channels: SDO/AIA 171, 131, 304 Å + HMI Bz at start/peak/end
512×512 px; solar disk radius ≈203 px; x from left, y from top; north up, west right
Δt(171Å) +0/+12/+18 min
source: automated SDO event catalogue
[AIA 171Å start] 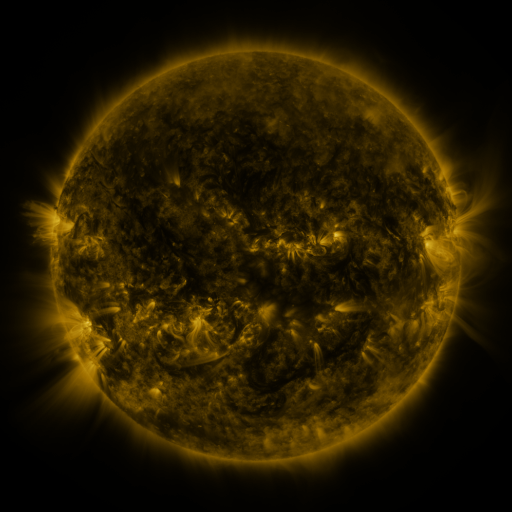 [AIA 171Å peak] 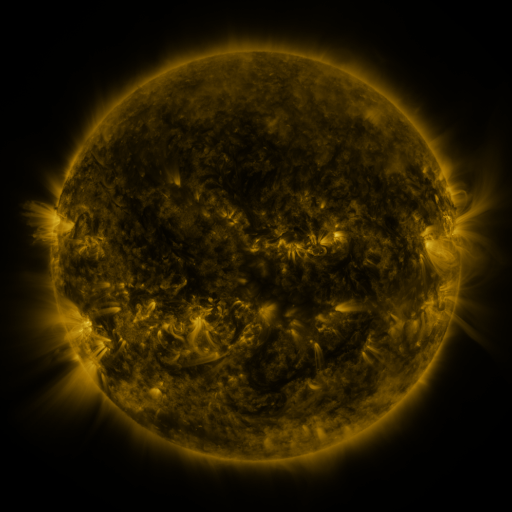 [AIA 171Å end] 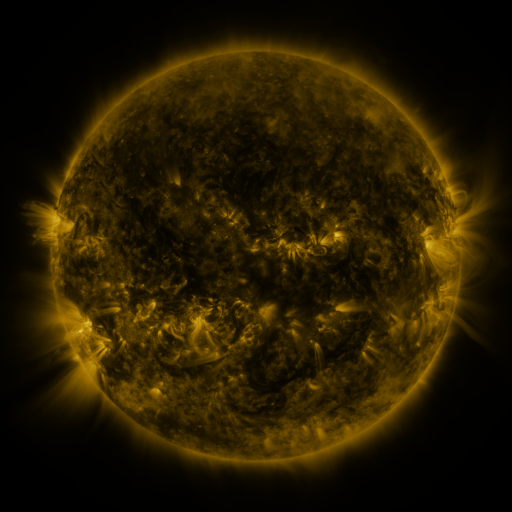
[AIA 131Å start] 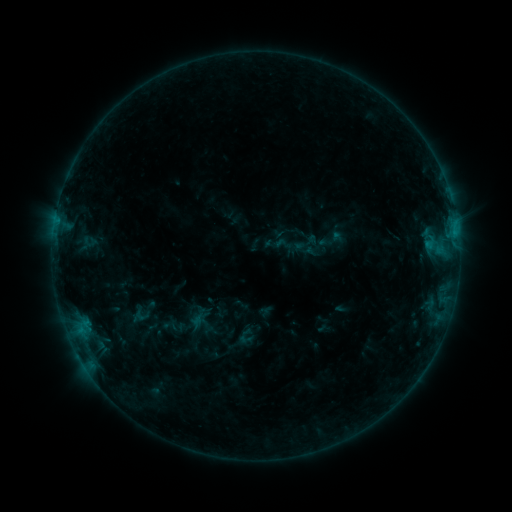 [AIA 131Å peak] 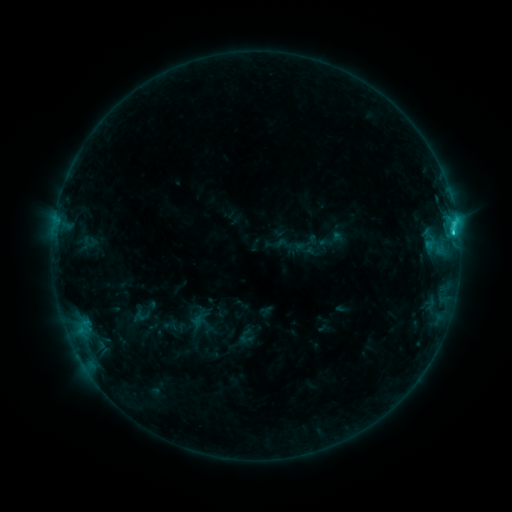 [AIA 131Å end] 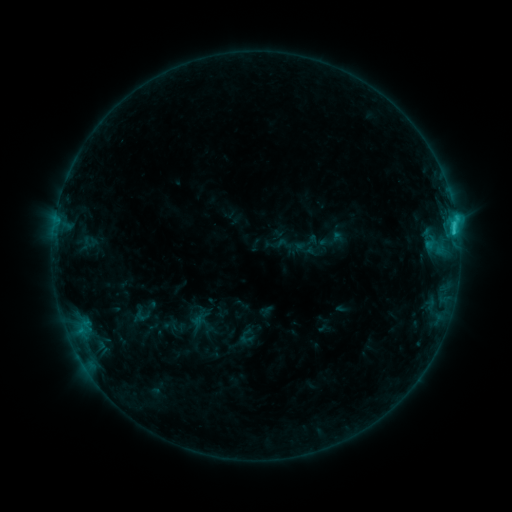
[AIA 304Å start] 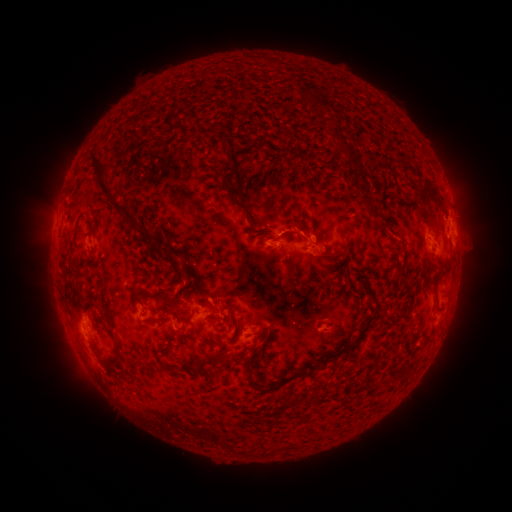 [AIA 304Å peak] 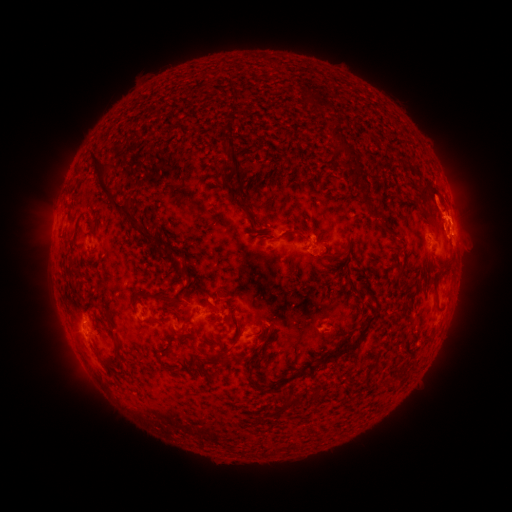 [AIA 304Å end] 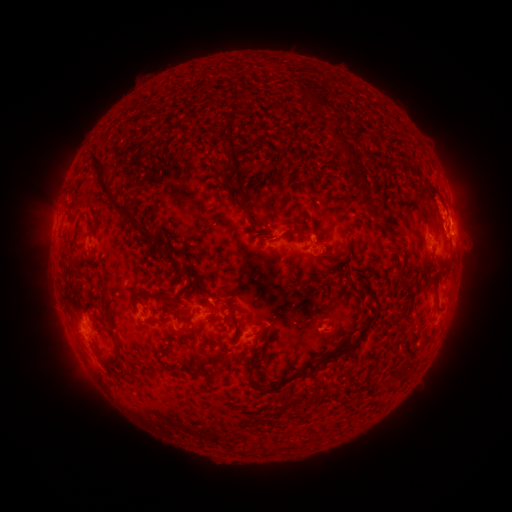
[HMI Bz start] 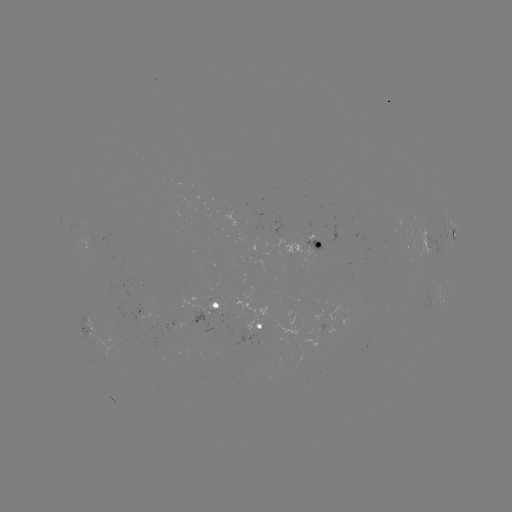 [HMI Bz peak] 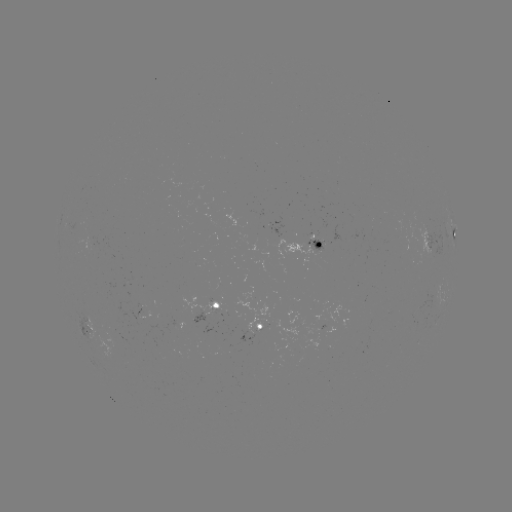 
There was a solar flare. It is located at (452, 233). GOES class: C1.9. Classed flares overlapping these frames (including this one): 1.